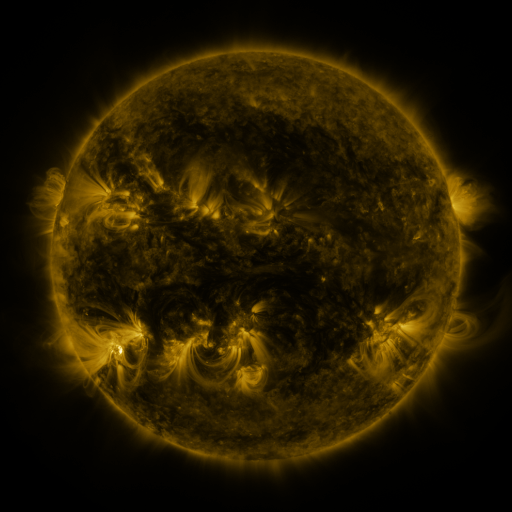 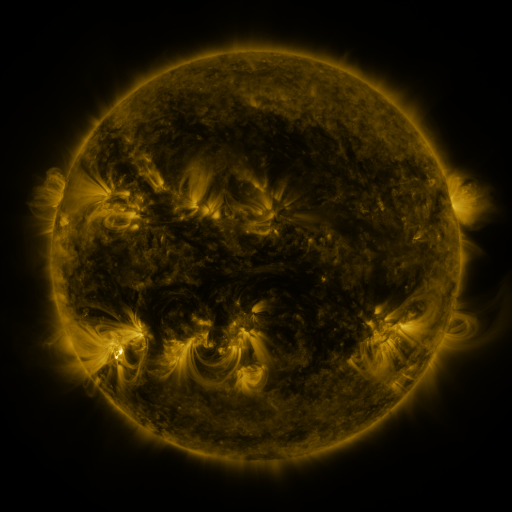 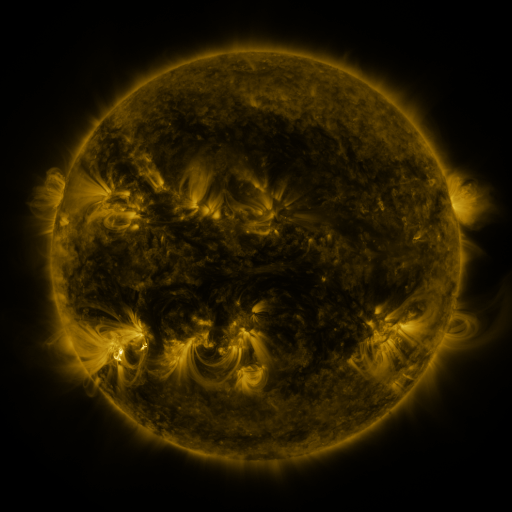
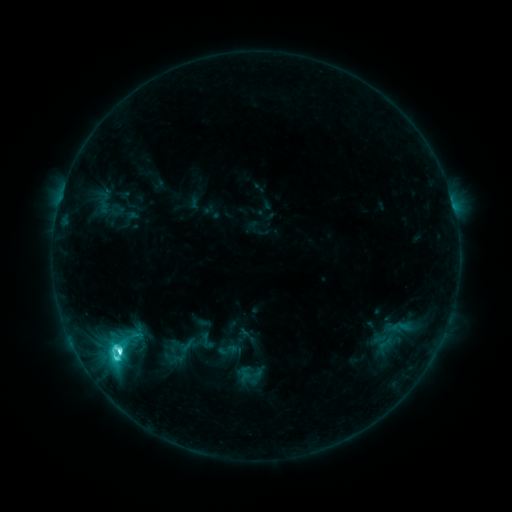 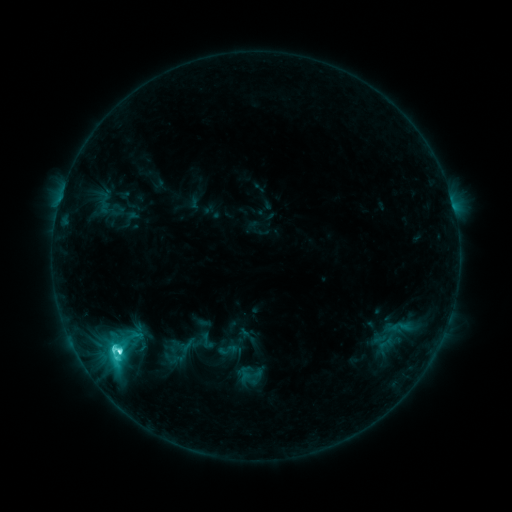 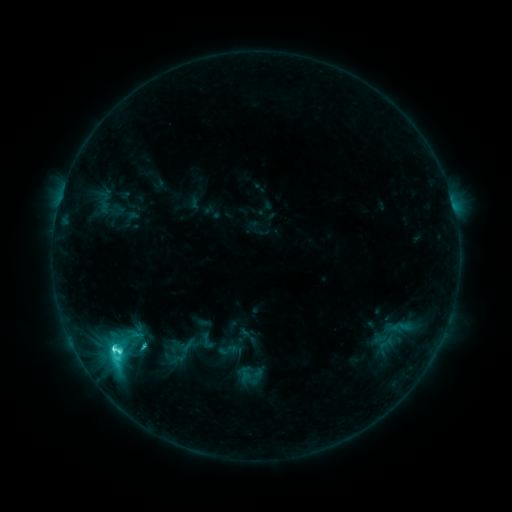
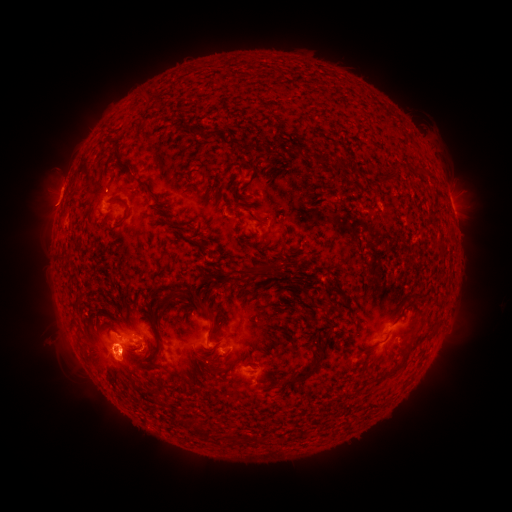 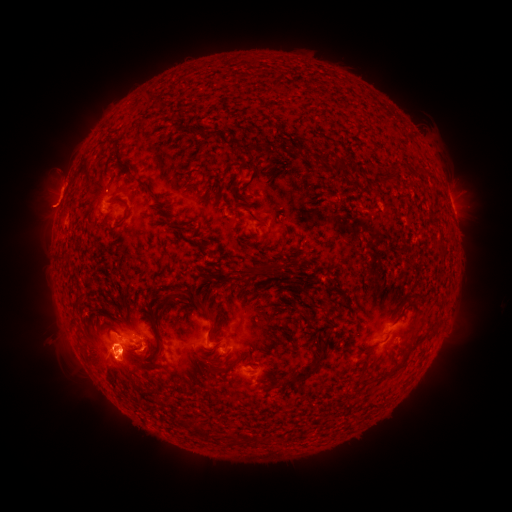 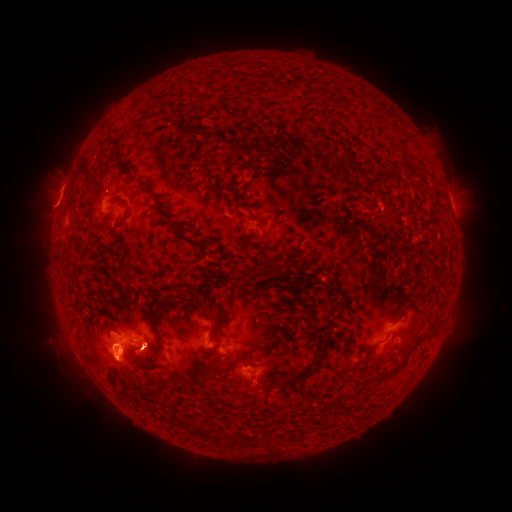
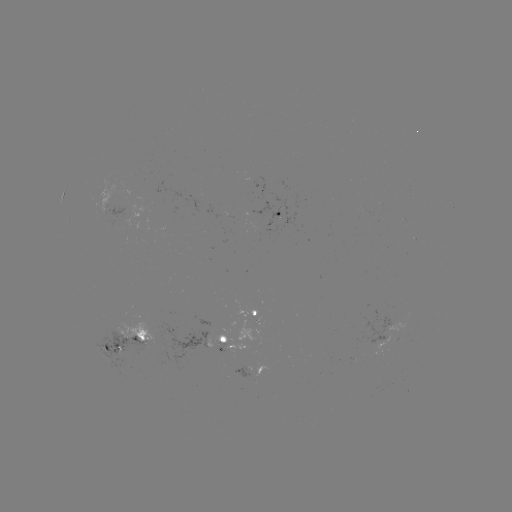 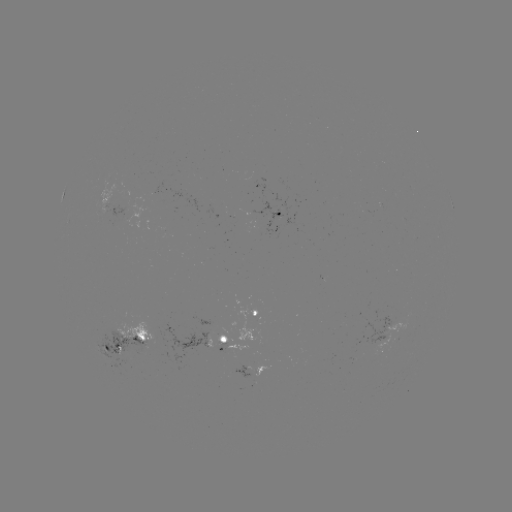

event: eruption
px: (47, 208)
